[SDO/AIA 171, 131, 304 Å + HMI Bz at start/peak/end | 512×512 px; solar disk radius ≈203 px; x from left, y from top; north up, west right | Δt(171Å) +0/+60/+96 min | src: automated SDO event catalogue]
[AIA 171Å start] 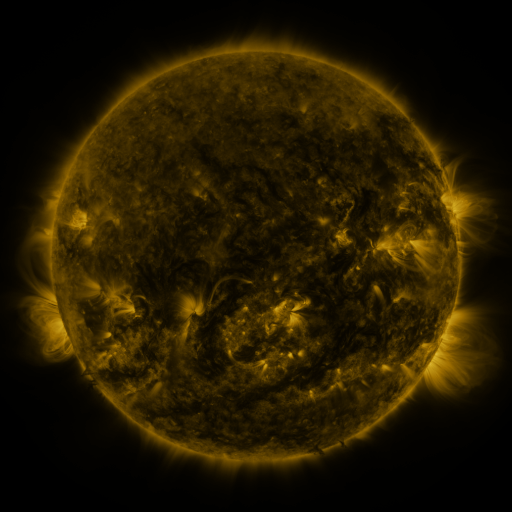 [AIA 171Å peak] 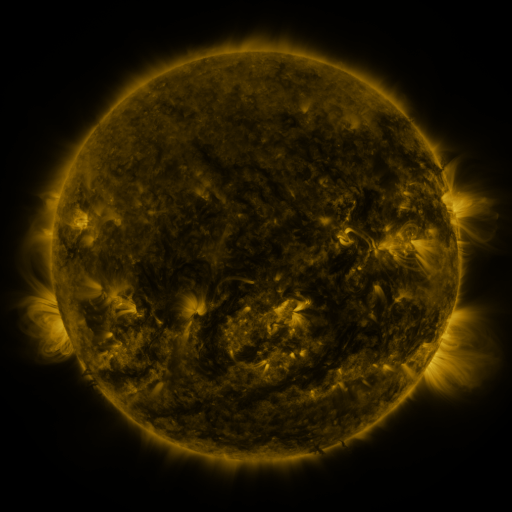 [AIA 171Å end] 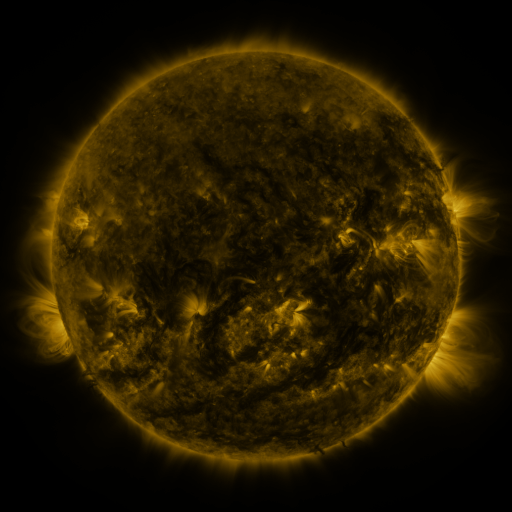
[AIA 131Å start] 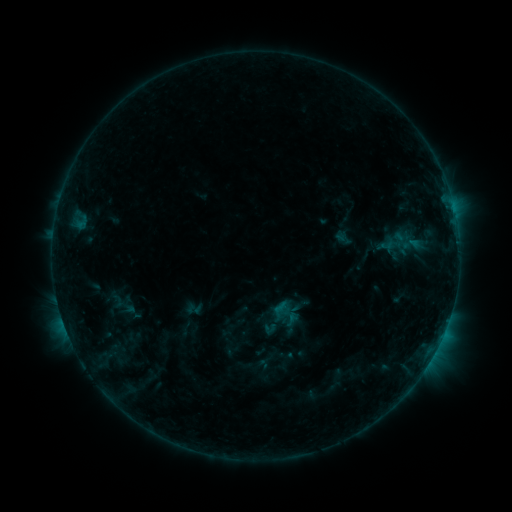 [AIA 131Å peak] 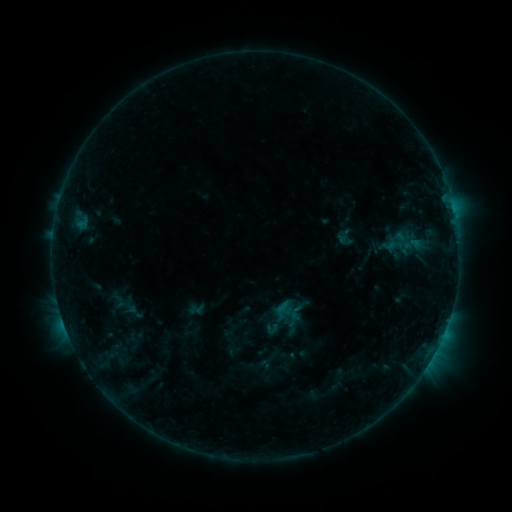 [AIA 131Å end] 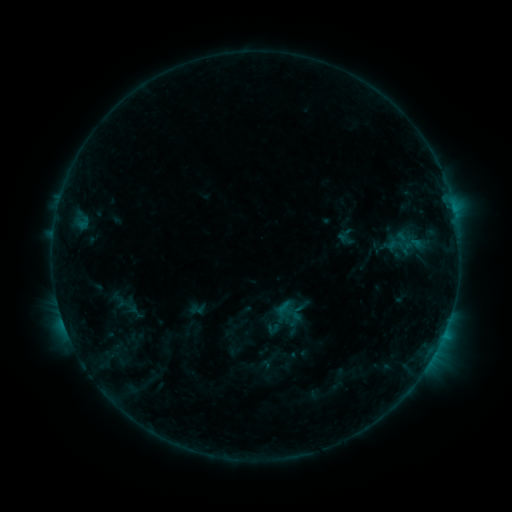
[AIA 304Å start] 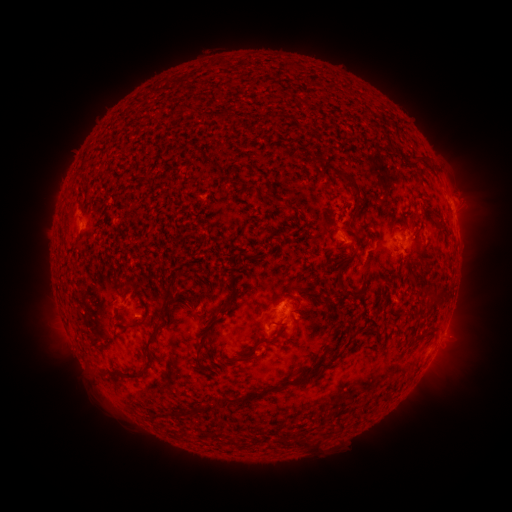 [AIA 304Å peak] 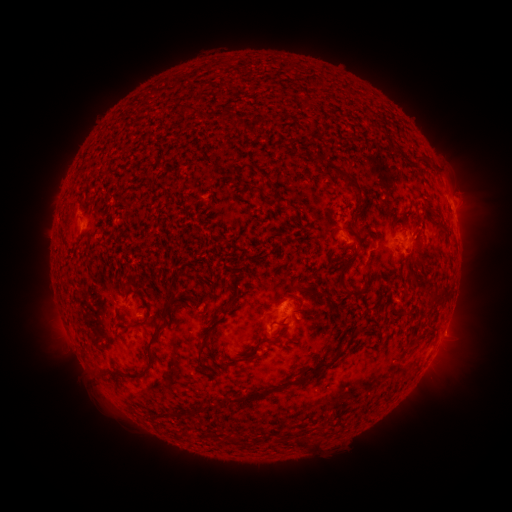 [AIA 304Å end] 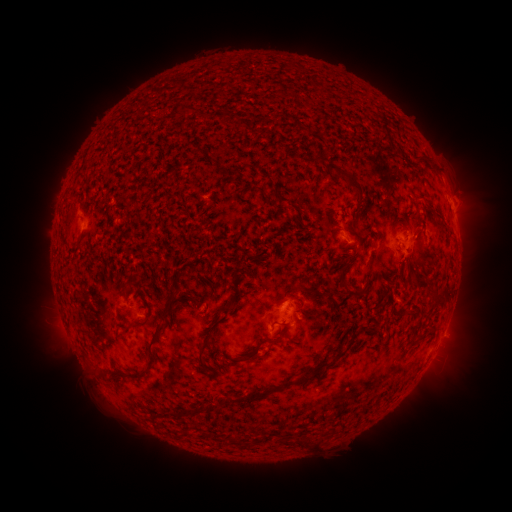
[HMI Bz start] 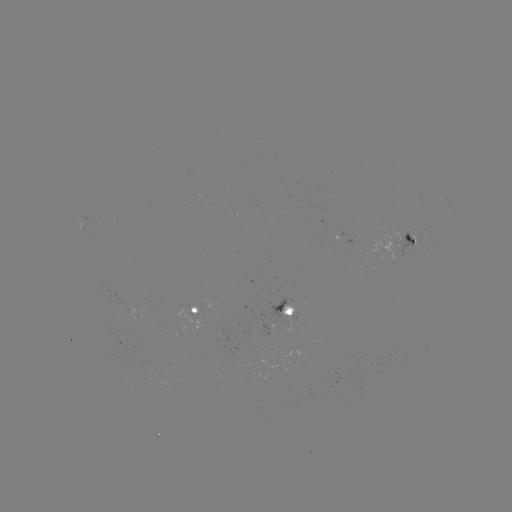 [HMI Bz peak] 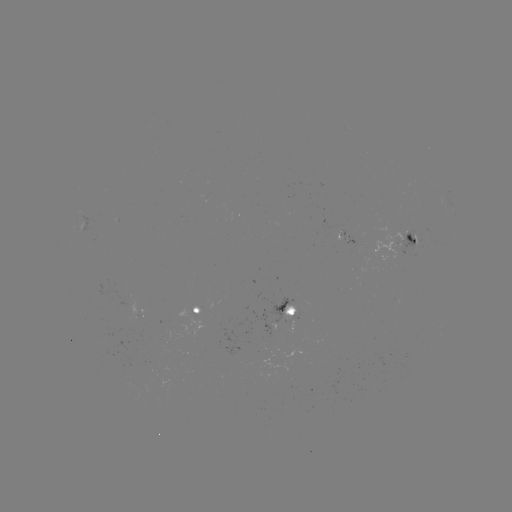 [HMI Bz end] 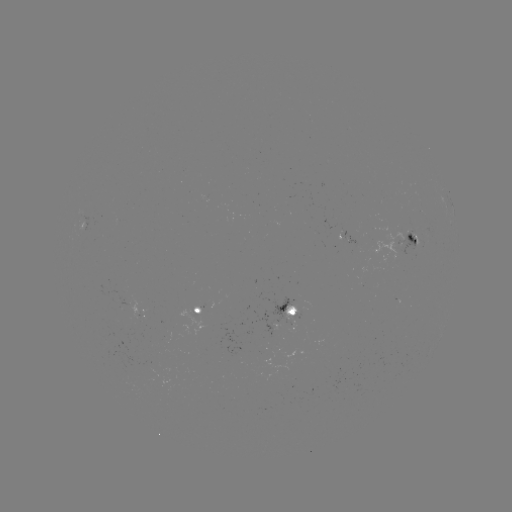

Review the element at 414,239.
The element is emerging-flux region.